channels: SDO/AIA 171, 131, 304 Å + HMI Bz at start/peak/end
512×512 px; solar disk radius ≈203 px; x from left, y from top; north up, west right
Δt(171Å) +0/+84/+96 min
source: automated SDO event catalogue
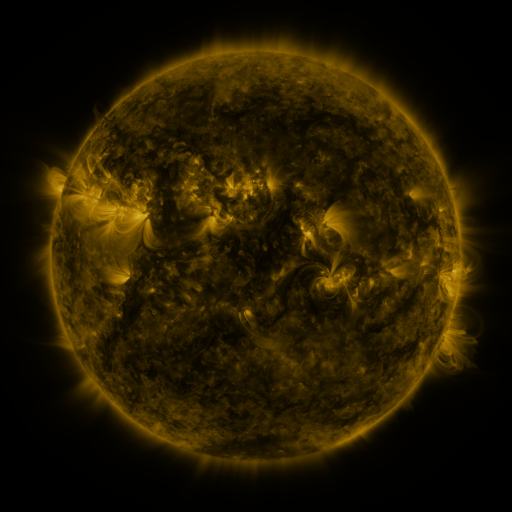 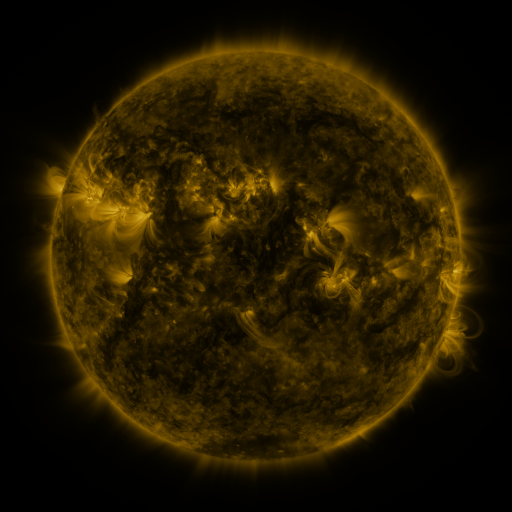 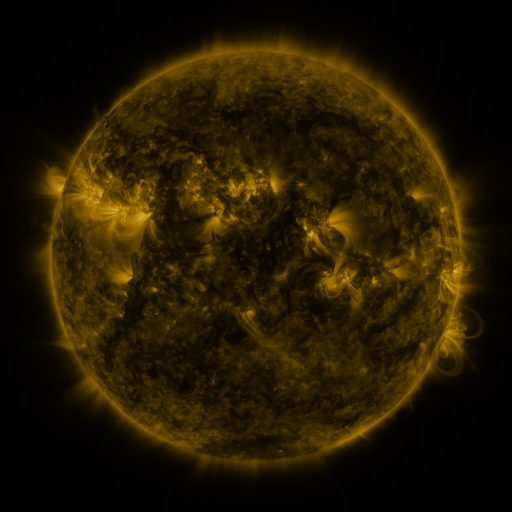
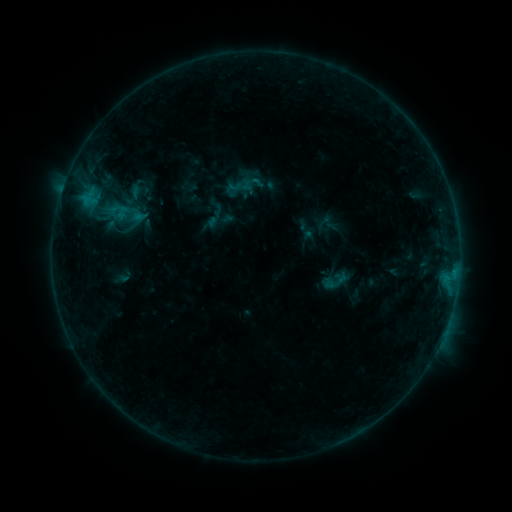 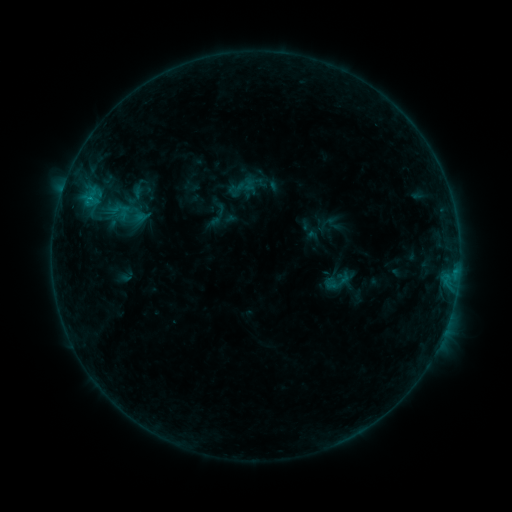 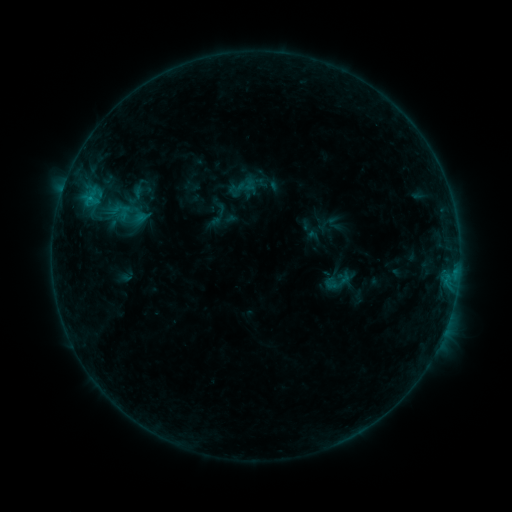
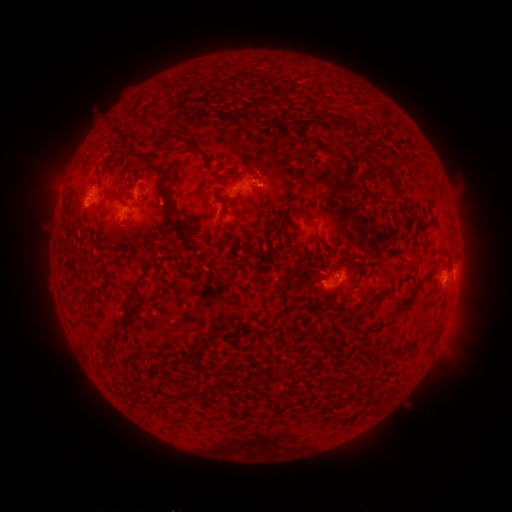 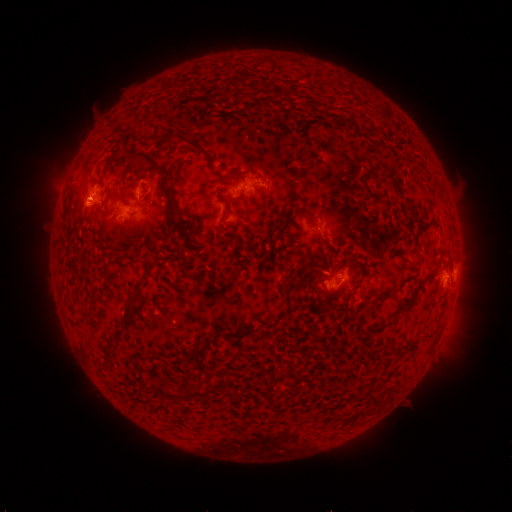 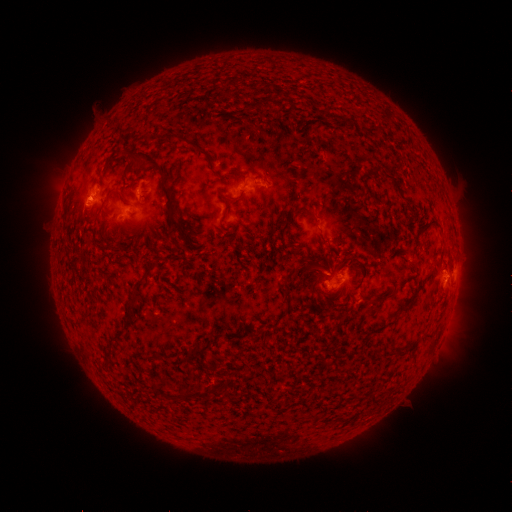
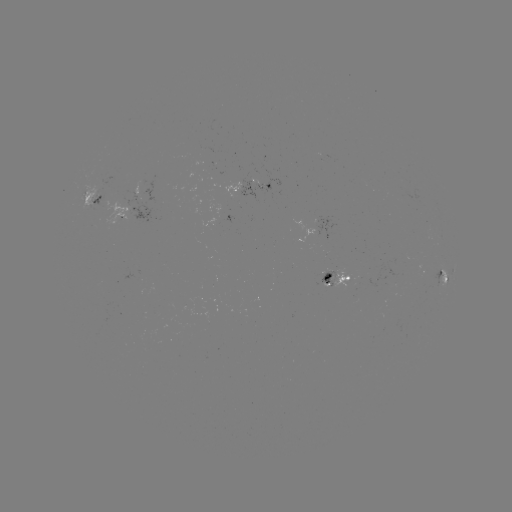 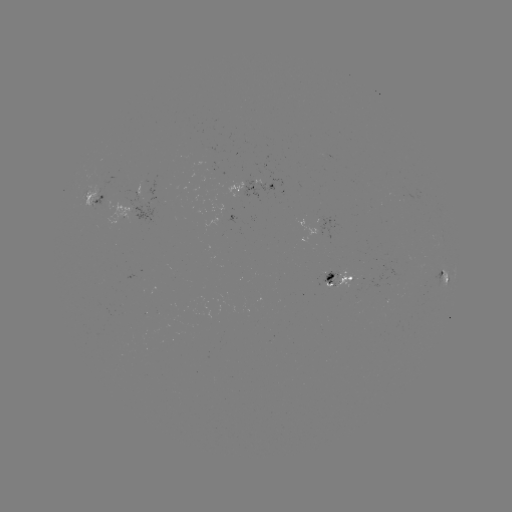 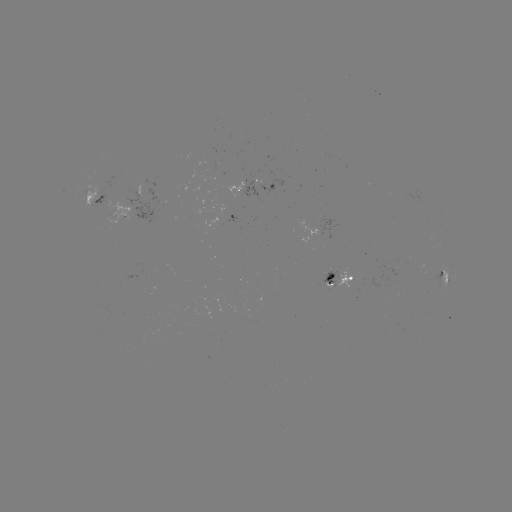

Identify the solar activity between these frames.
emerging-flux region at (263, 188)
